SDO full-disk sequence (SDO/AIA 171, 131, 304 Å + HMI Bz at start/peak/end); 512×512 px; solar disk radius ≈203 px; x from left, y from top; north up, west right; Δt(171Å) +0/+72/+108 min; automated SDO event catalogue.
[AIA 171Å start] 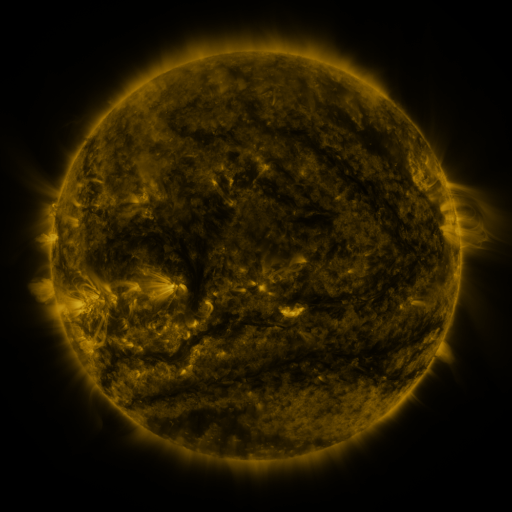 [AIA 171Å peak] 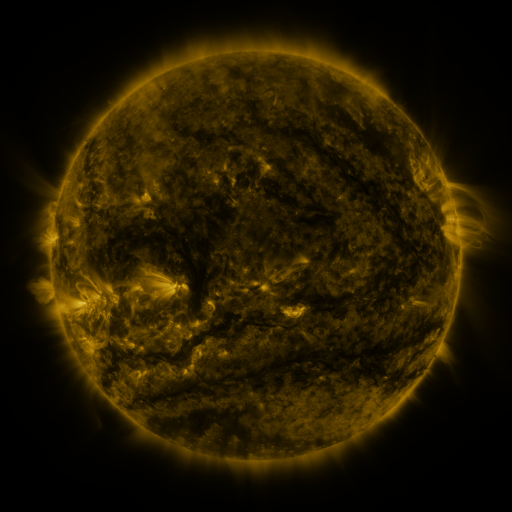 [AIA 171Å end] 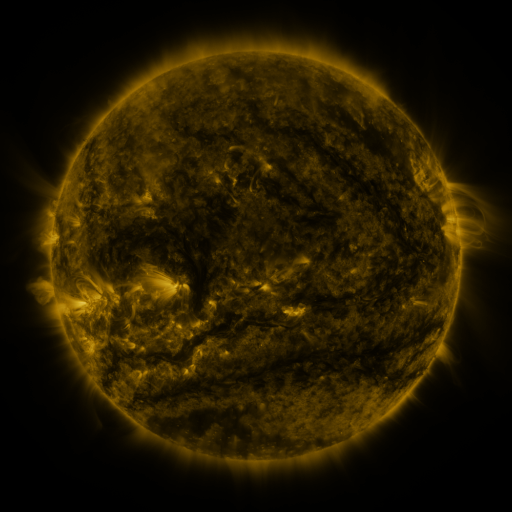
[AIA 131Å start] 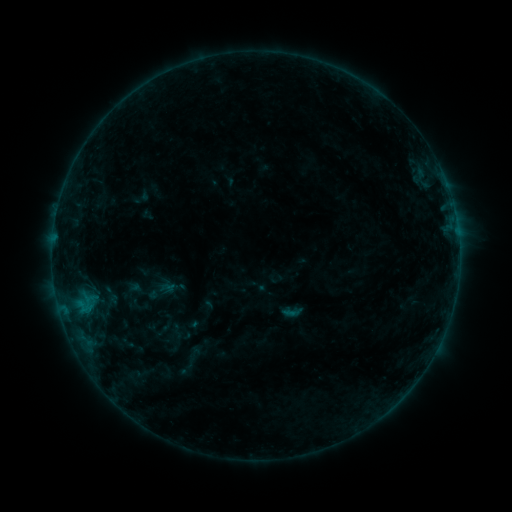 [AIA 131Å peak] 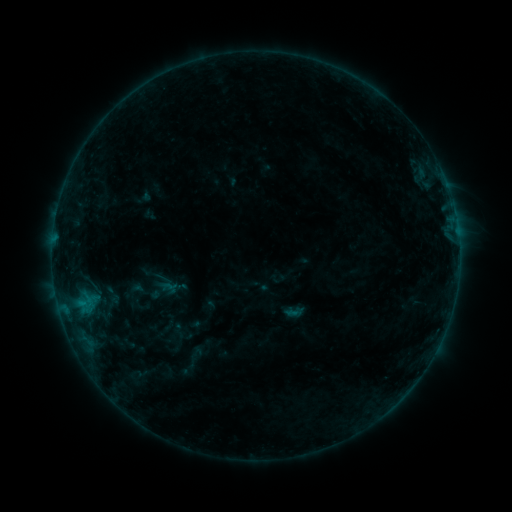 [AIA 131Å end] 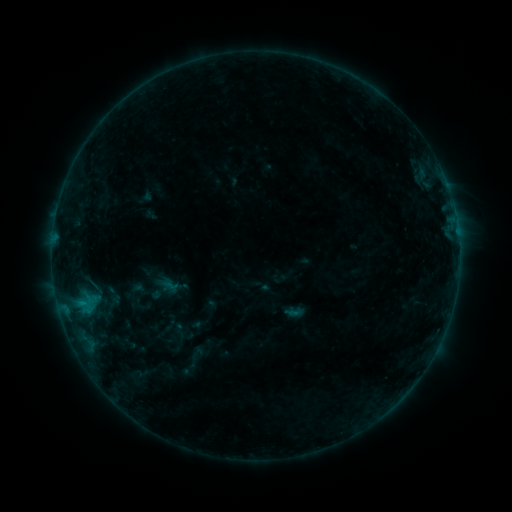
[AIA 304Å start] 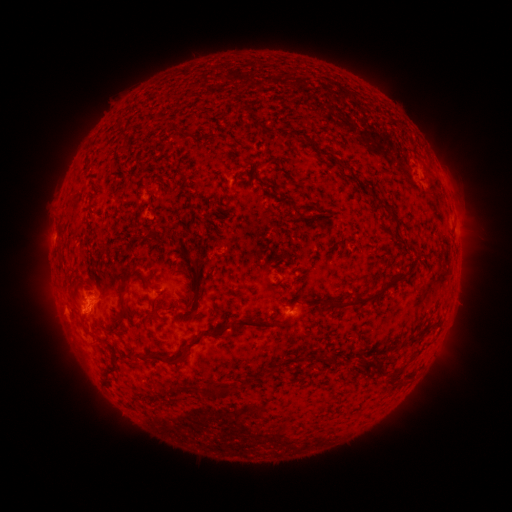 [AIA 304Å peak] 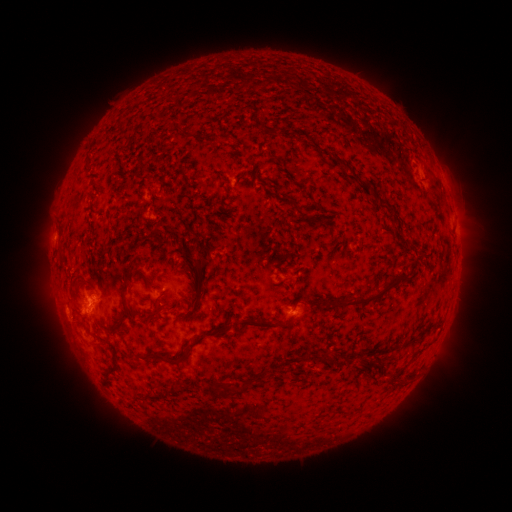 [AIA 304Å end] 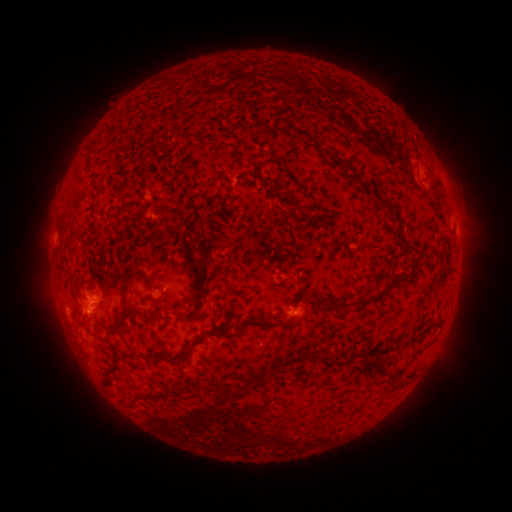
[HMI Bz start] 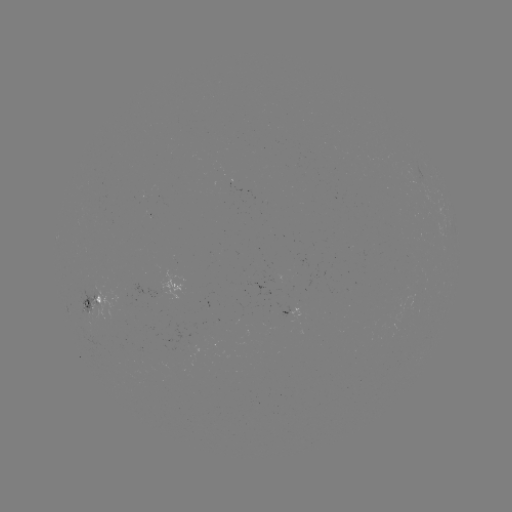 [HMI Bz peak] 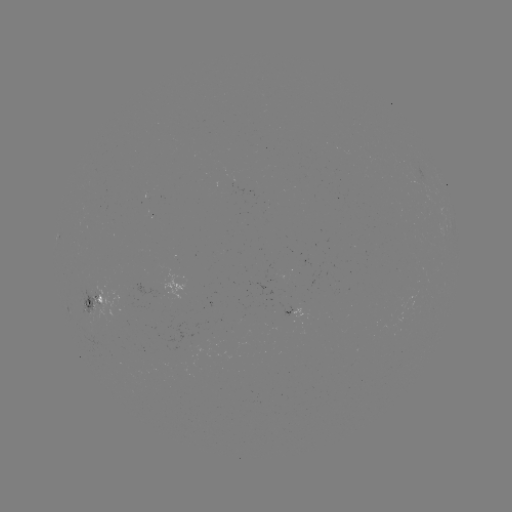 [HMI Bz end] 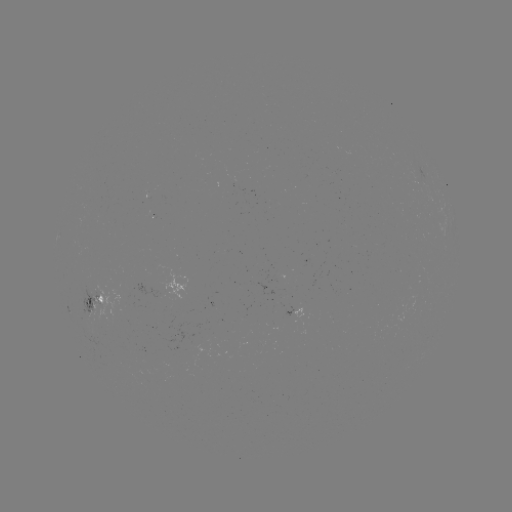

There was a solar emerging-flux region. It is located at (118, 300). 